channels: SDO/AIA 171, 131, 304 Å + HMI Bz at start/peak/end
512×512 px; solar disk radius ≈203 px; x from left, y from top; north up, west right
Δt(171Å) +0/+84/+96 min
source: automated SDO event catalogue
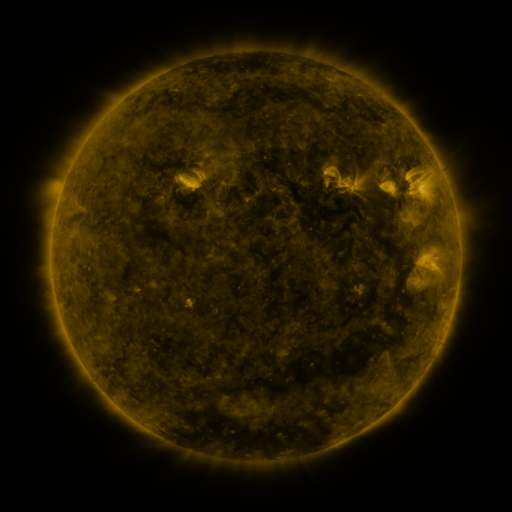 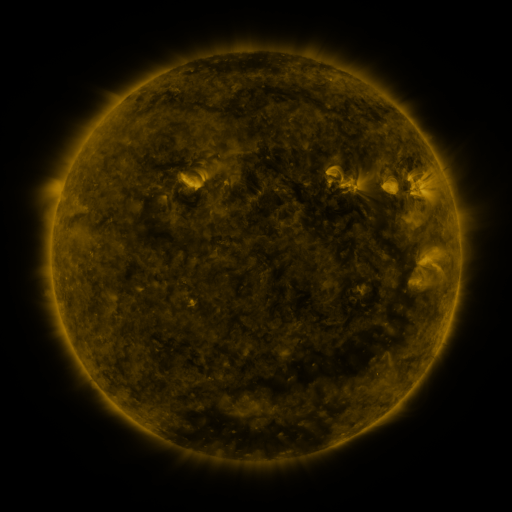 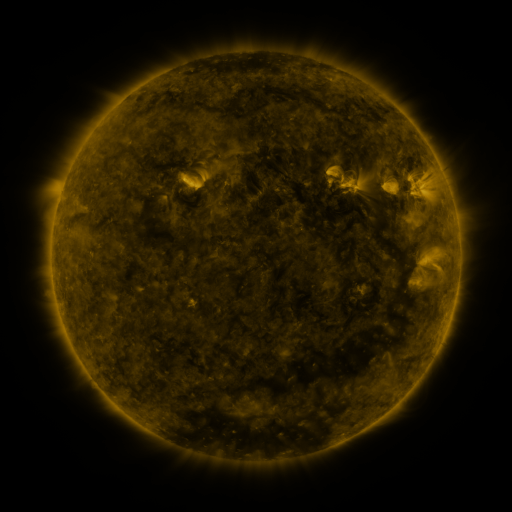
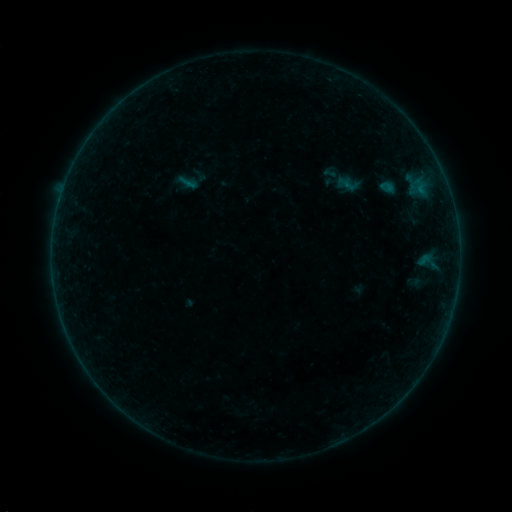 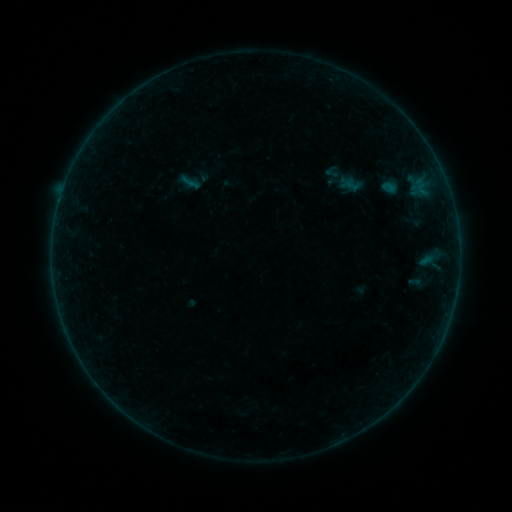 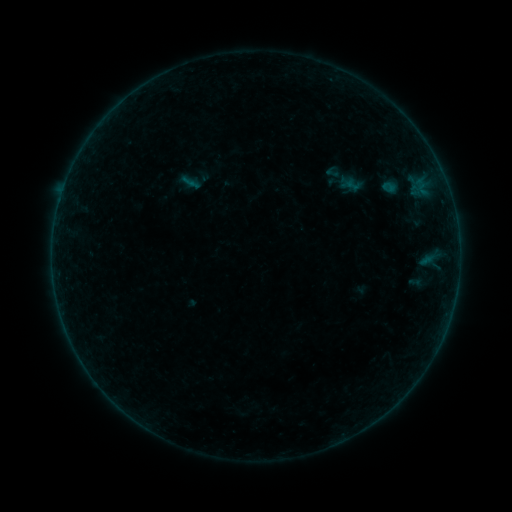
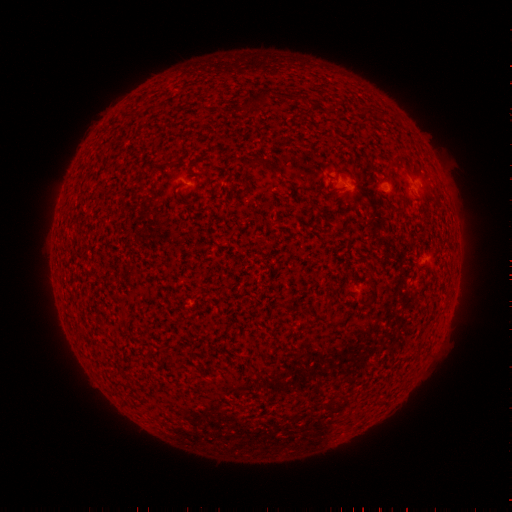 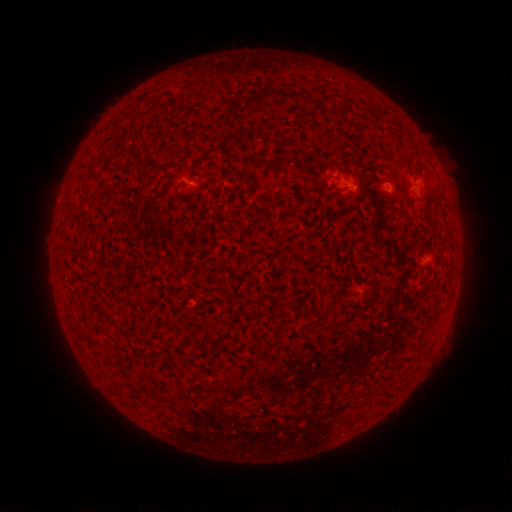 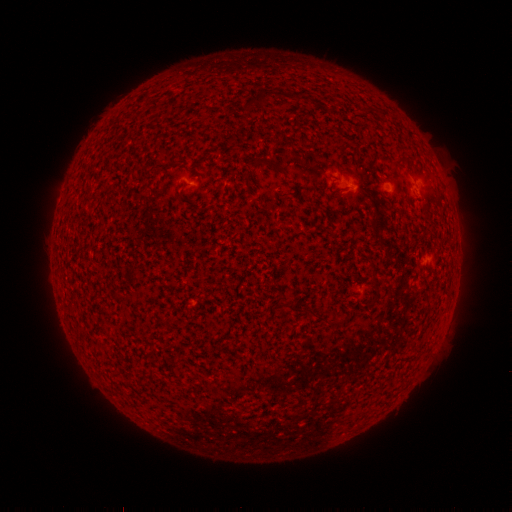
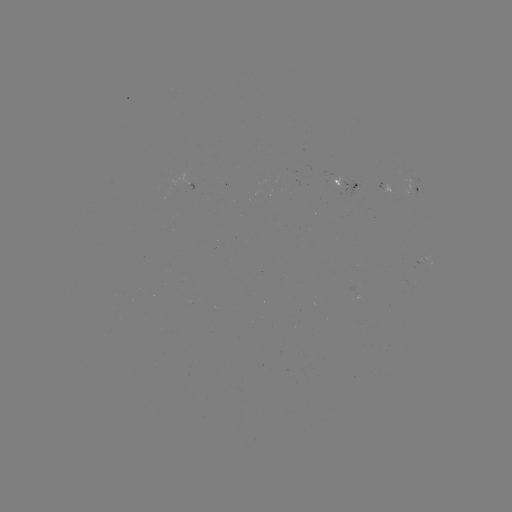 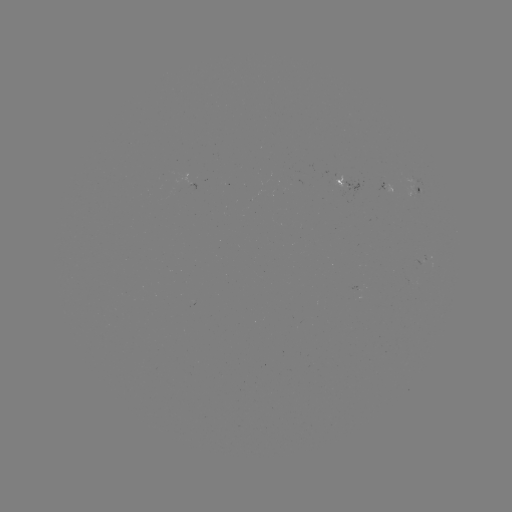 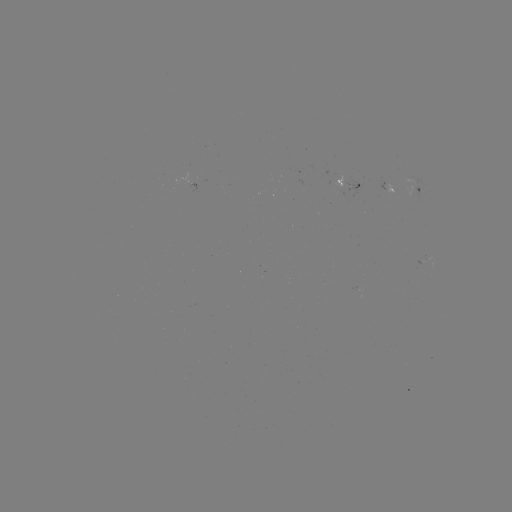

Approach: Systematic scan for emerging-flux region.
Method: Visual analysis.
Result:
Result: emerging-flux region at [383, 187].